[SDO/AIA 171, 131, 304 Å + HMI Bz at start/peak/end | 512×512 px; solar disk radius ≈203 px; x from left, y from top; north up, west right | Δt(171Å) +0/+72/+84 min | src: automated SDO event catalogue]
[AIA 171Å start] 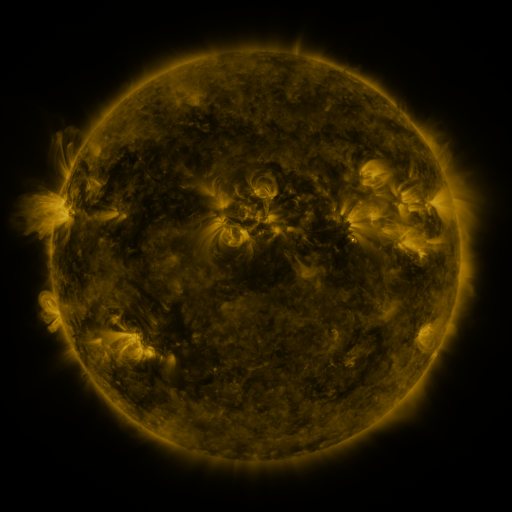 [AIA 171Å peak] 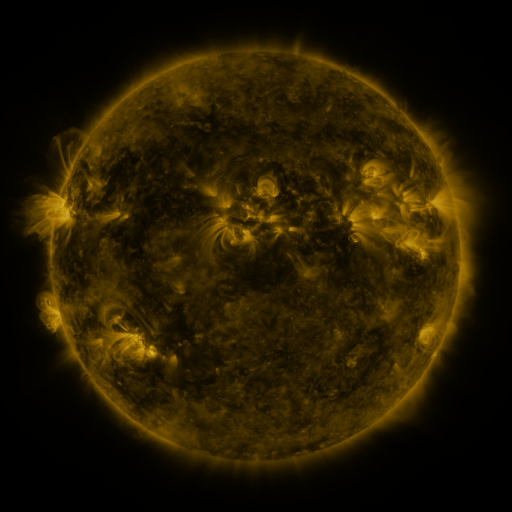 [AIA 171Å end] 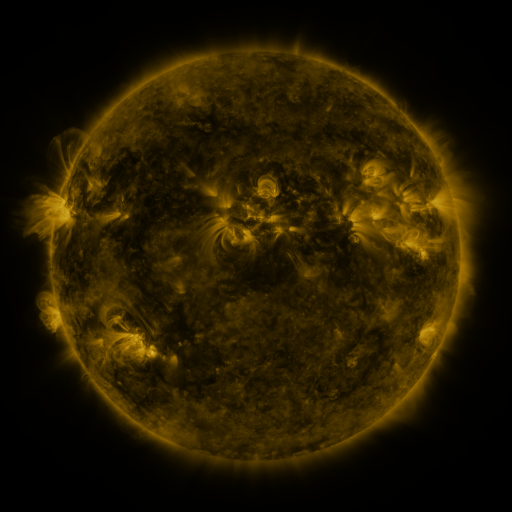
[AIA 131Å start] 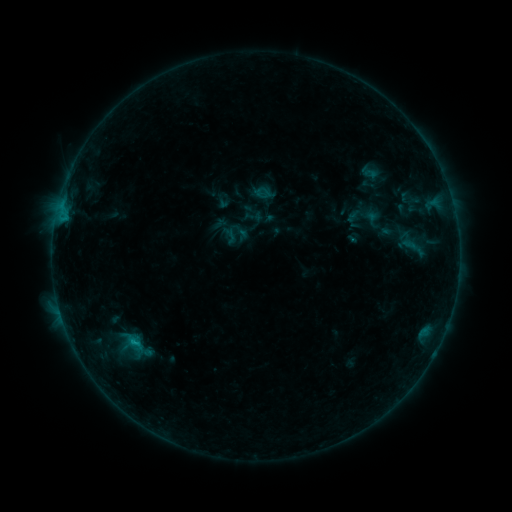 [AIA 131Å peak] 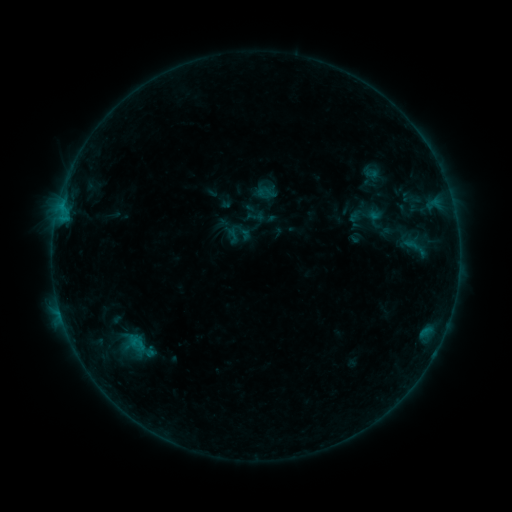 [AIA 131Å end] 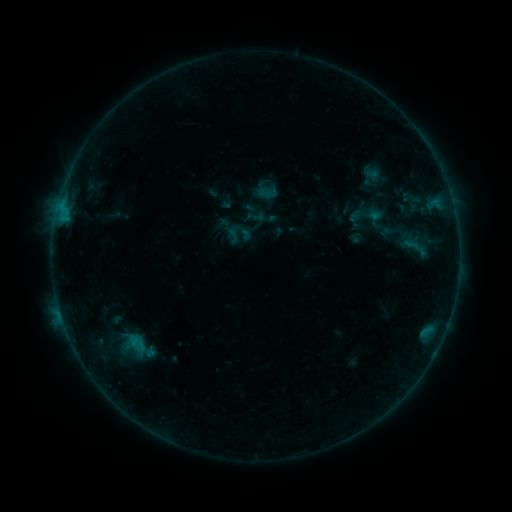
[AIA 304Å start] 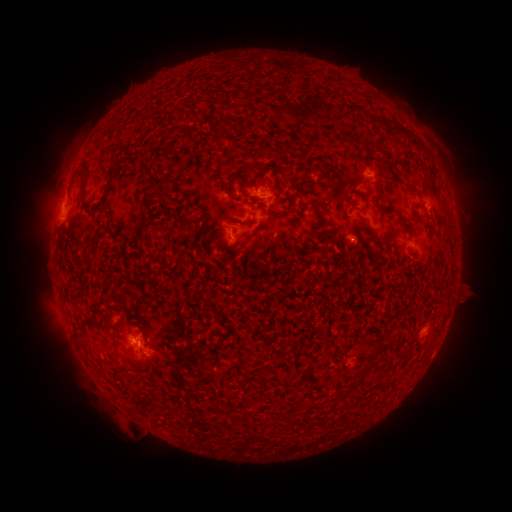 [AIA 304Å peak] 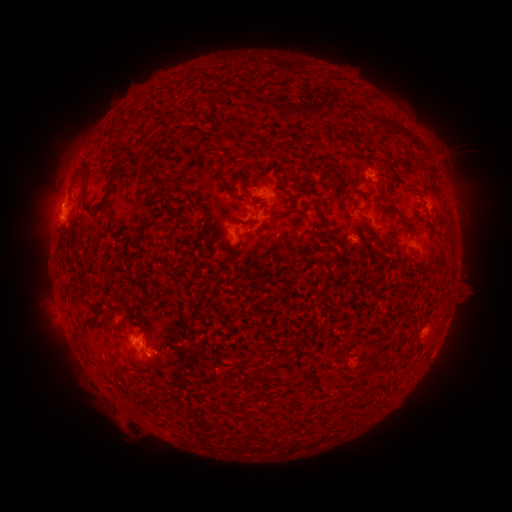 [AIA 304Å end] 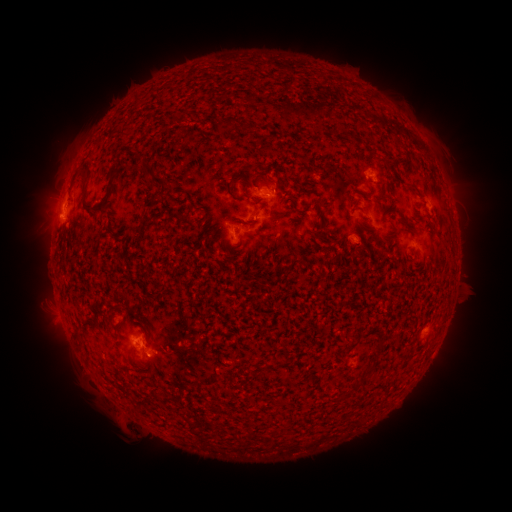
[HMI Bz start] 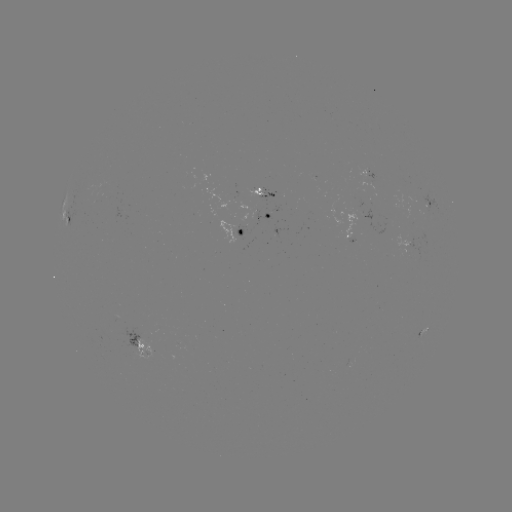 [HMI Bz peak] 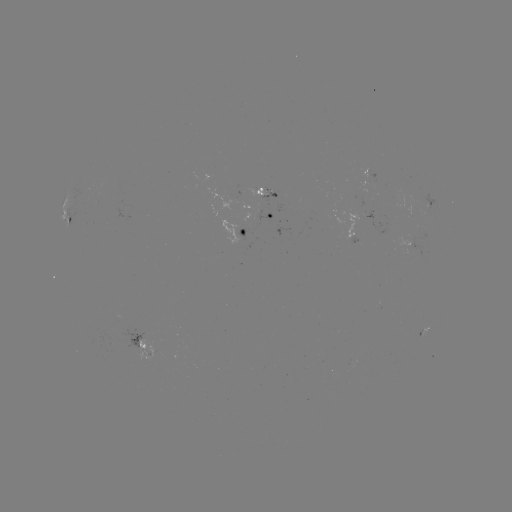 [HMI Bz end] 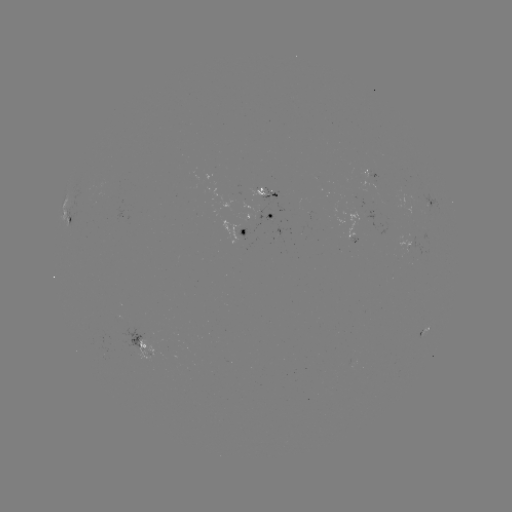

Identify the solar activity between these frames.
emerging-flux region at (262, 190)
